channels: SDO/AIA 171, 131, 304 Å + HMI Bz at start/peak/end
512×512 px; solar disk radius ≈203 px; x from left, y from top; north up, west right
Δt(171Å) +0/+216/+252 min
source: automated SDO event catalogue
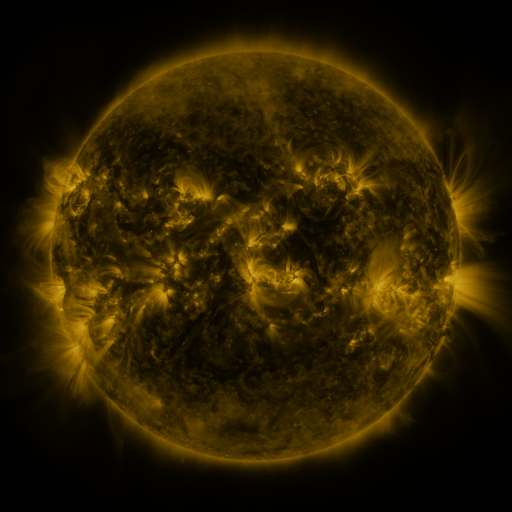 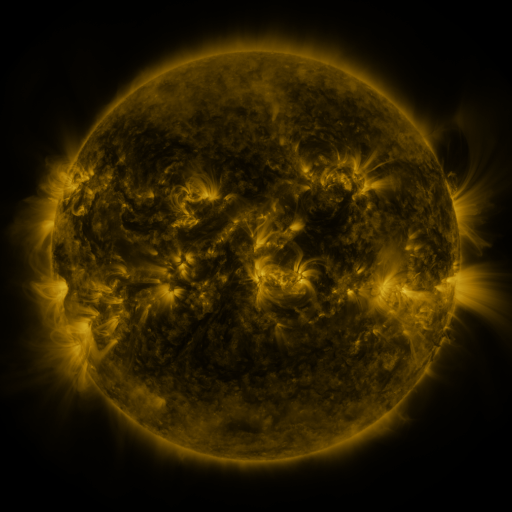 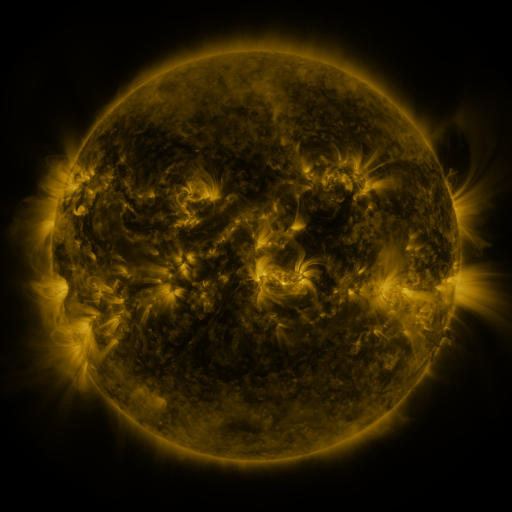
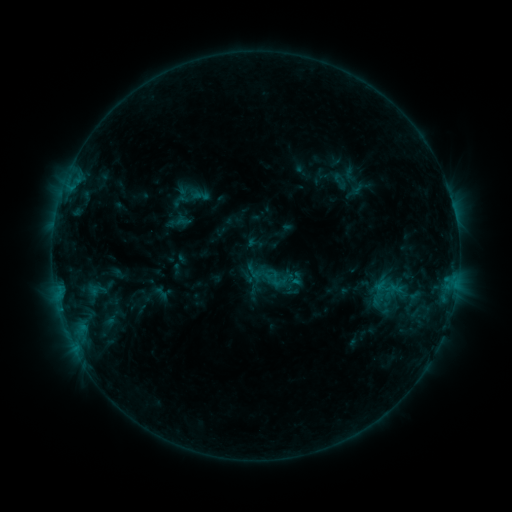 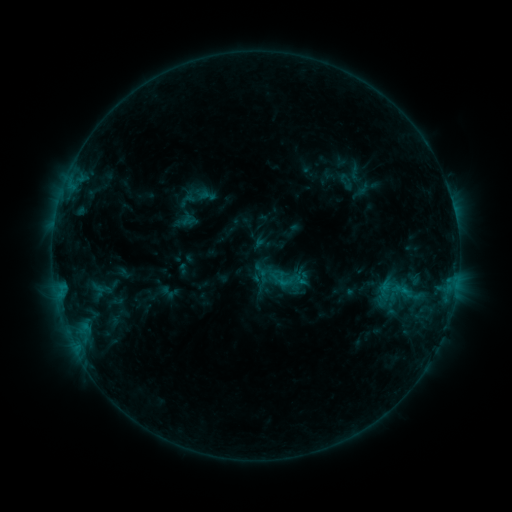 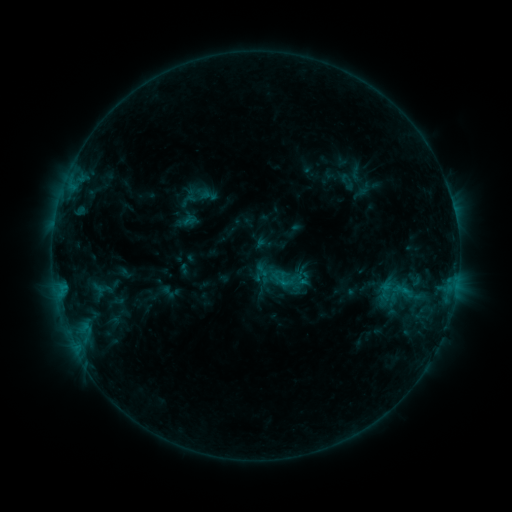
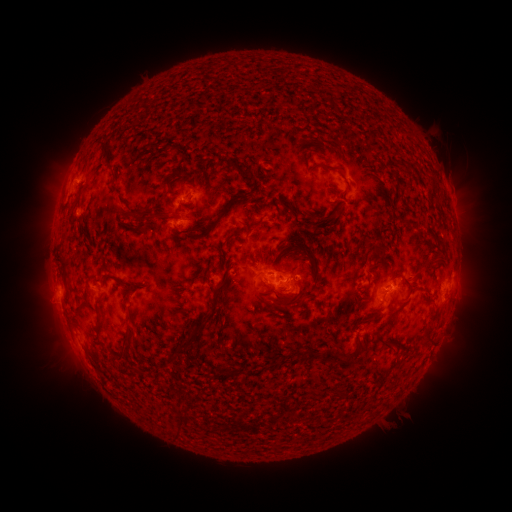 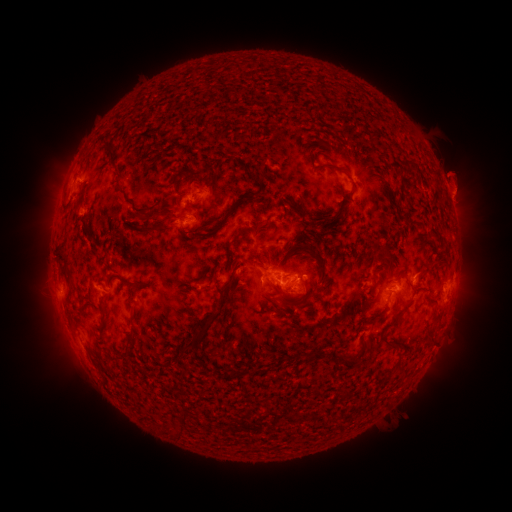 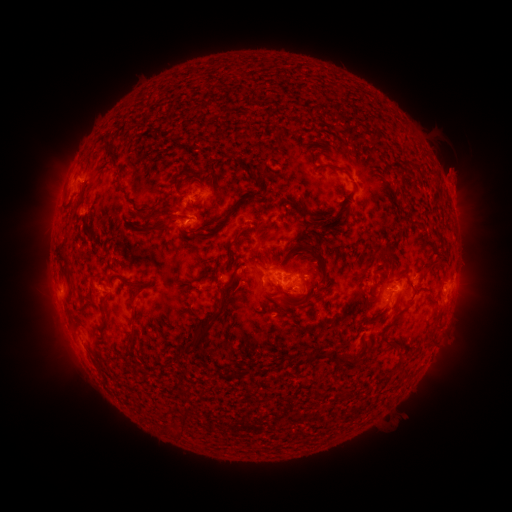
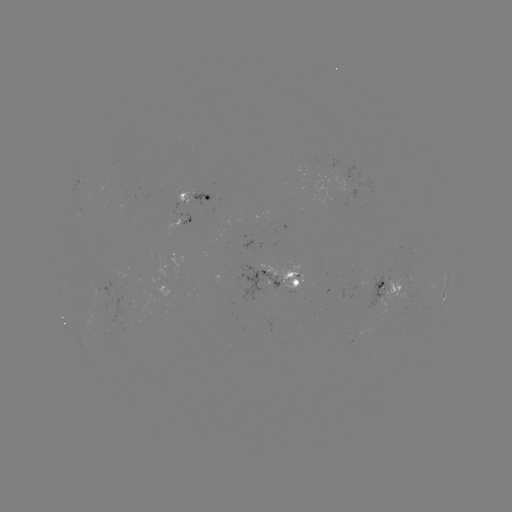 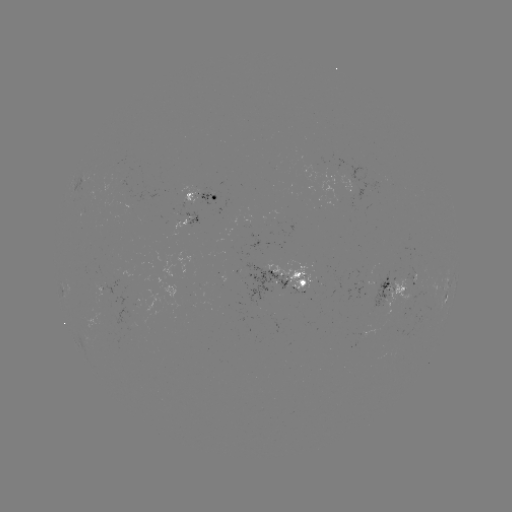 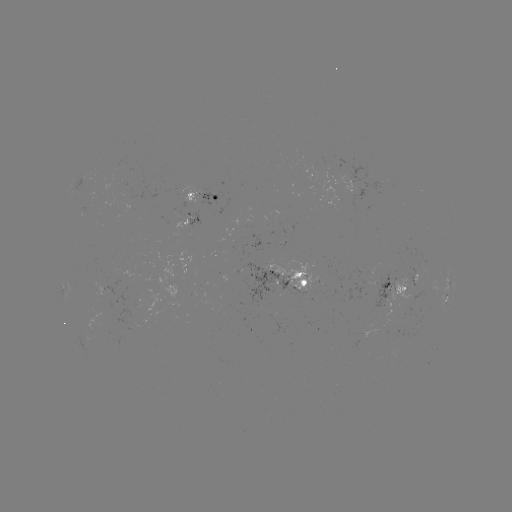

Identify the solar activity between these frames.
emerging-flux region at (270, 281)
